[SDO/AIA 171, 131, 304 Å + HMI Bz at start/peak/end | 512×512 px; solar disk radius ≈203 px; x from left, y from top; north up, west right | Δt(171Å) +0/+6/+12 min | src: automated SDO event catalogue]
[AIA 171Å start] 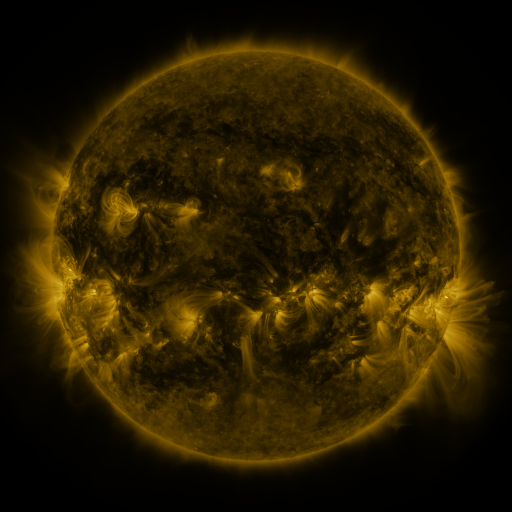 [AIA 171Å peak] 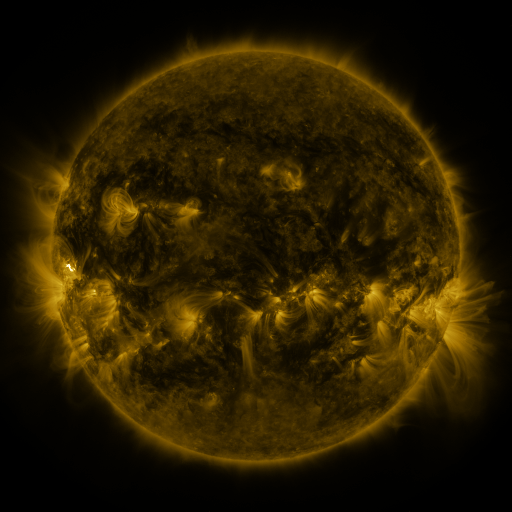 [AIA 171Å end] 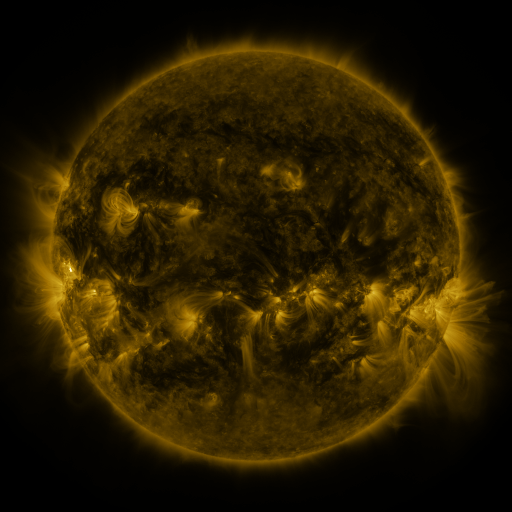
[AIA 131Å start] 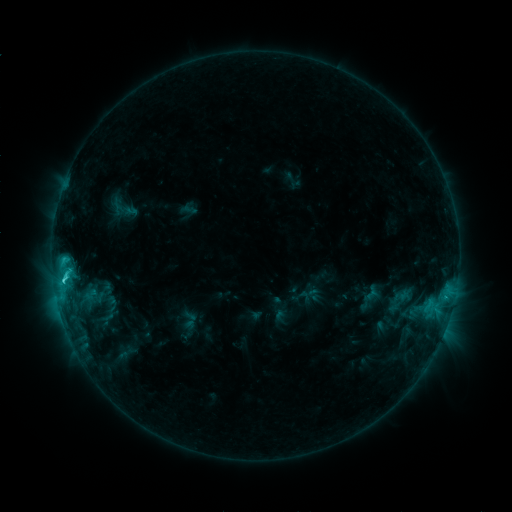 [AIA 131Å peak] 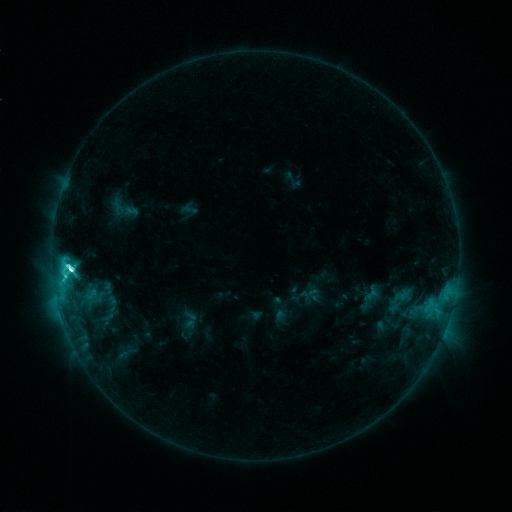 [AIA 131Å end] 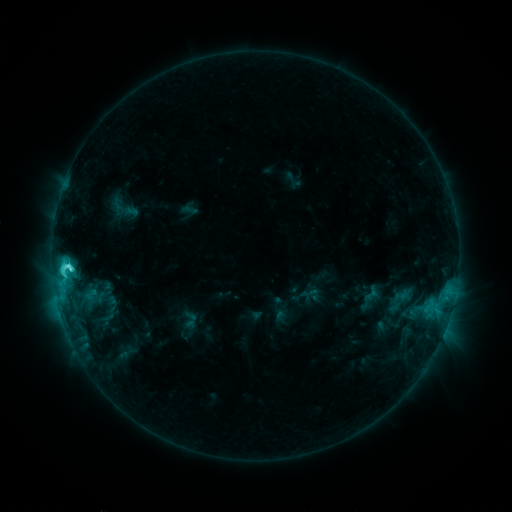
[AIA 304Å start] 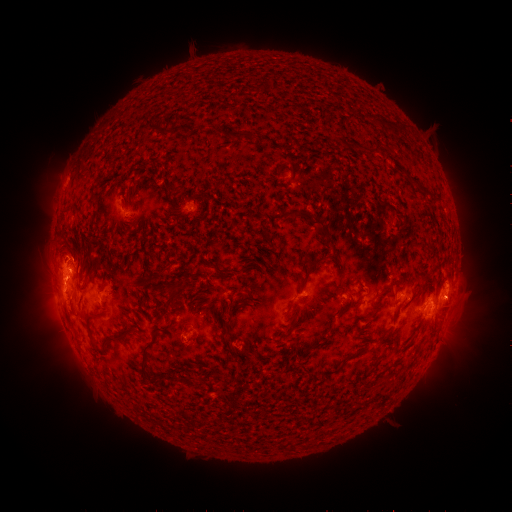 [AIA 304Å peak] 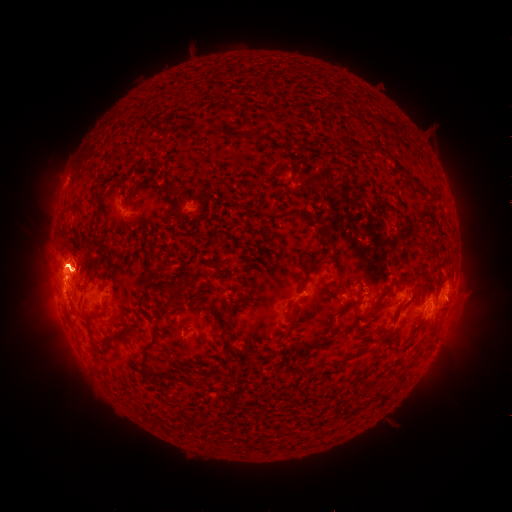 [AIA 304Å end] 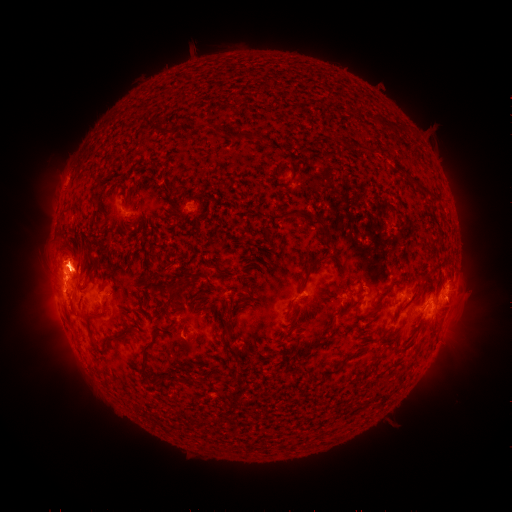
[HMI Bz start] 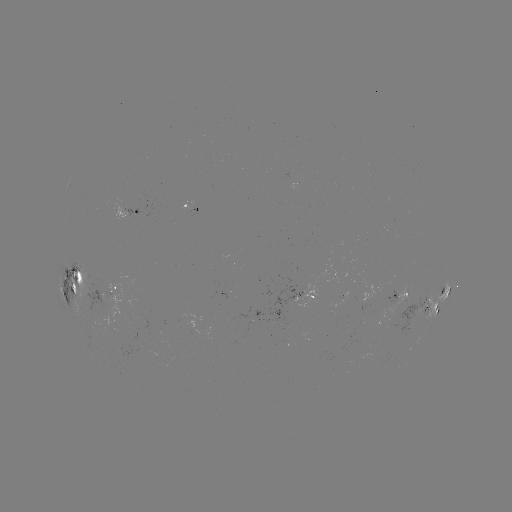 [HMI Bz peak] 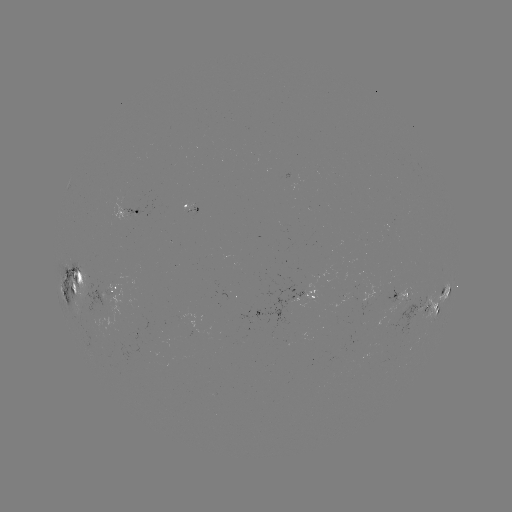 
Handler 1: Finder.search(eruption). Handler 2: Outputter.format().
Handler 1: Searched eruption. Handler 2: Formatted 60,268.